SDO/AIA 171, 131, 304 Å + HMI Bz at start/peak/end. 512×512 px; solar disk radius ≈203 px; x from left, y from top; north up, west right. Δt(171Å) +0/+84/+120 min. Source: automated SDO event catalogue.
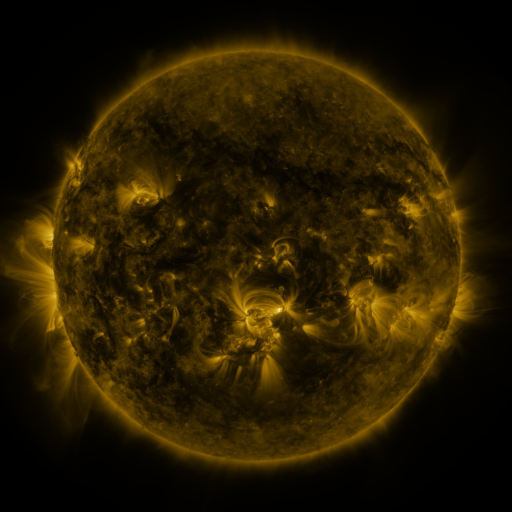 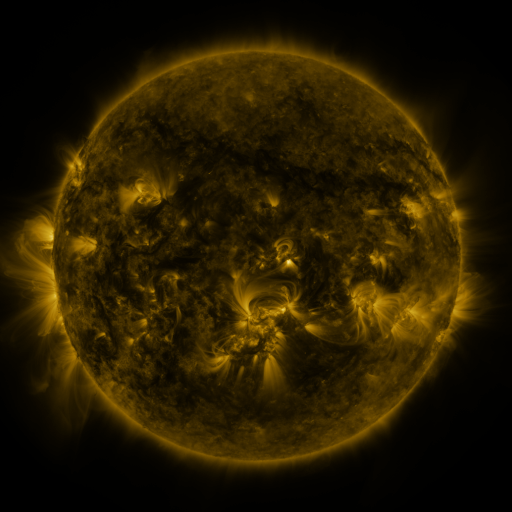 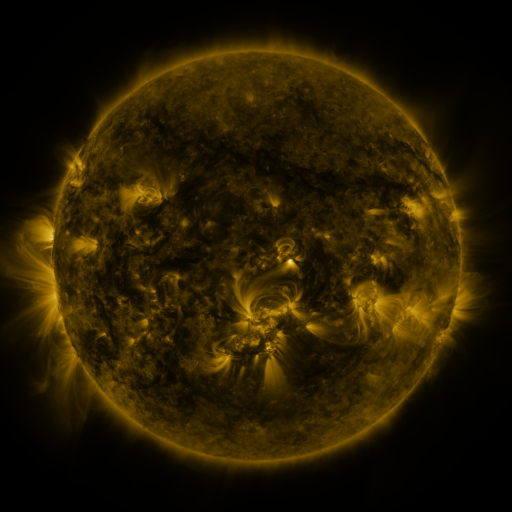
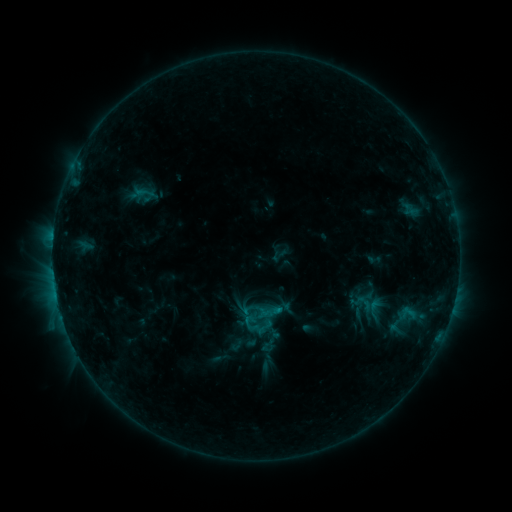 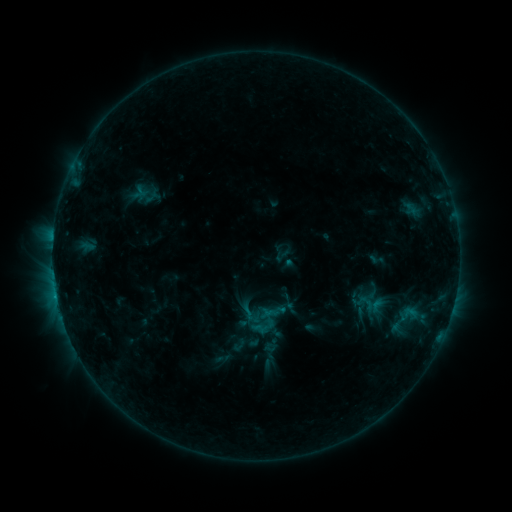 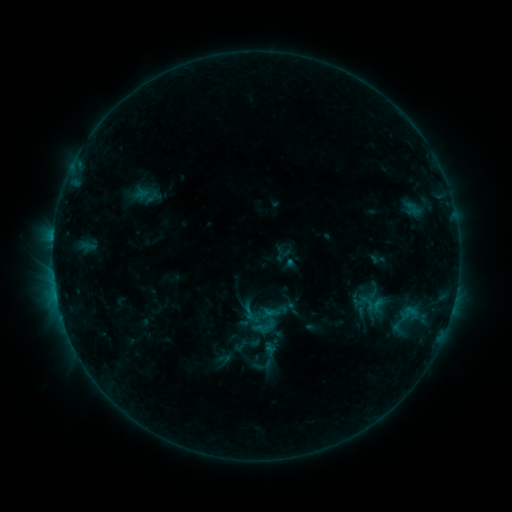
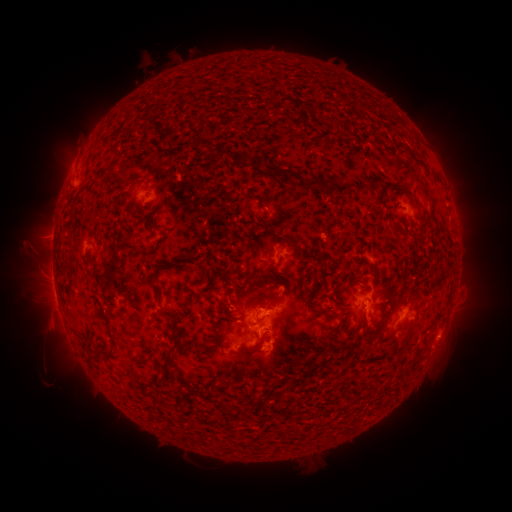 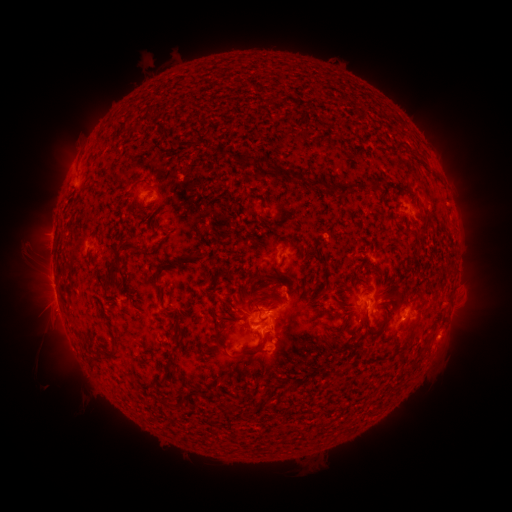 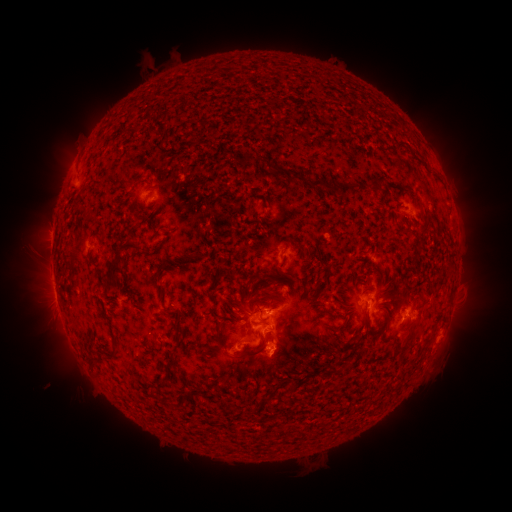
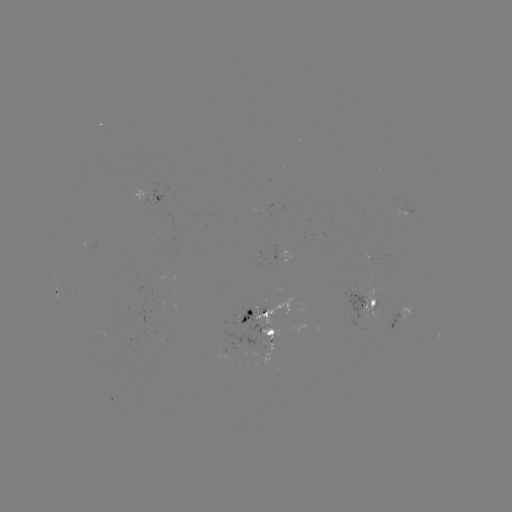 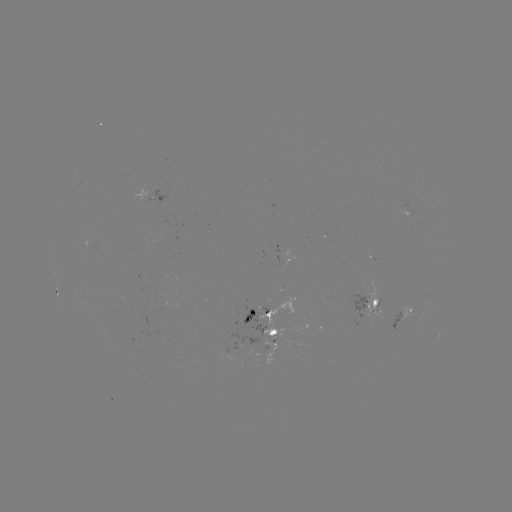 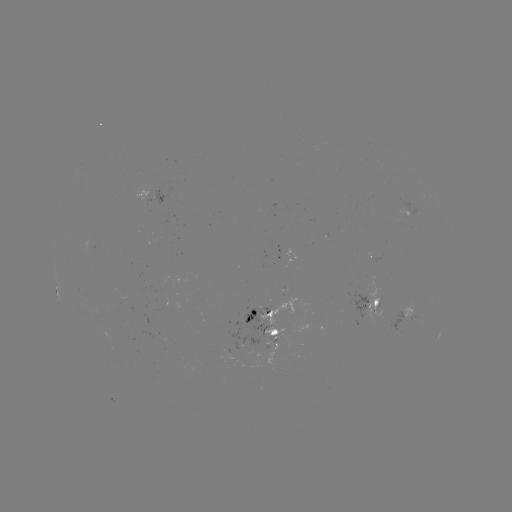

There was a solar emerging-flux region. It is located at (367, 252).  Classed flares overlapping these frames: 1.